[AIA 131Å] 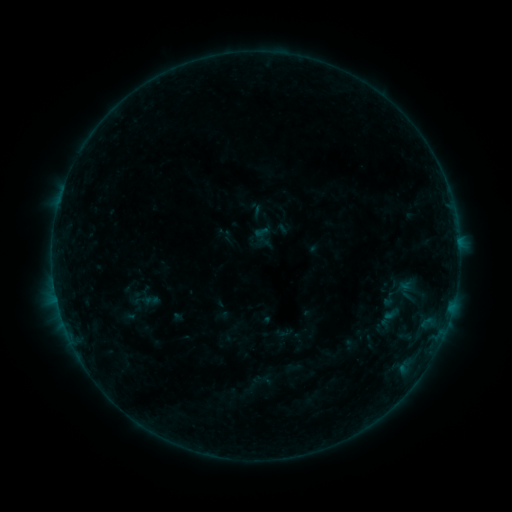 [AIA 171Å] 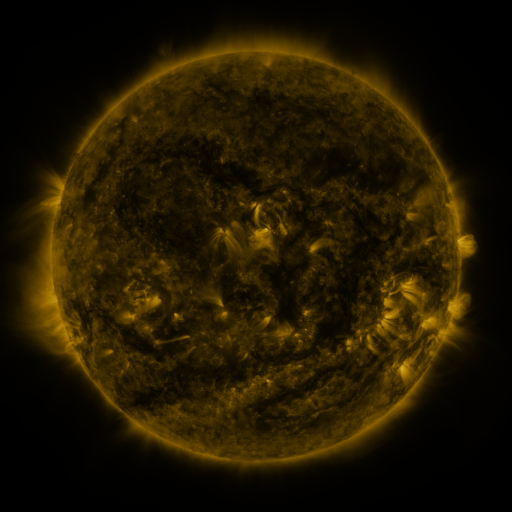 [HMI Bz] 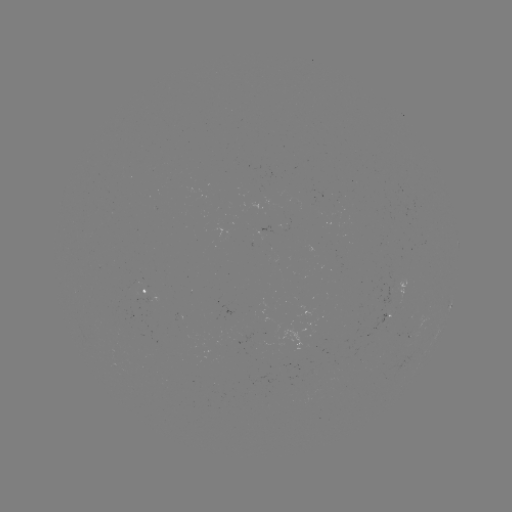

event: sigmoid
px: (389, 299)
